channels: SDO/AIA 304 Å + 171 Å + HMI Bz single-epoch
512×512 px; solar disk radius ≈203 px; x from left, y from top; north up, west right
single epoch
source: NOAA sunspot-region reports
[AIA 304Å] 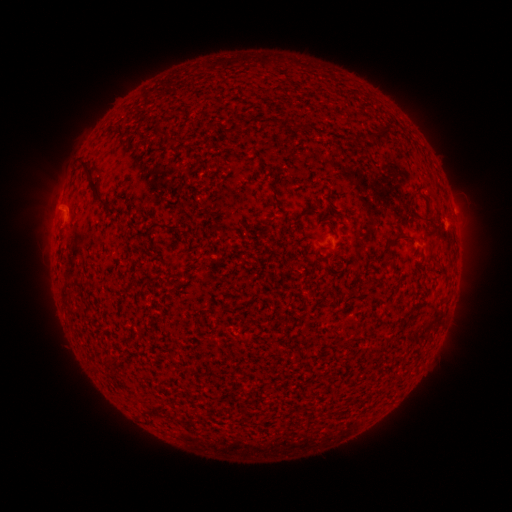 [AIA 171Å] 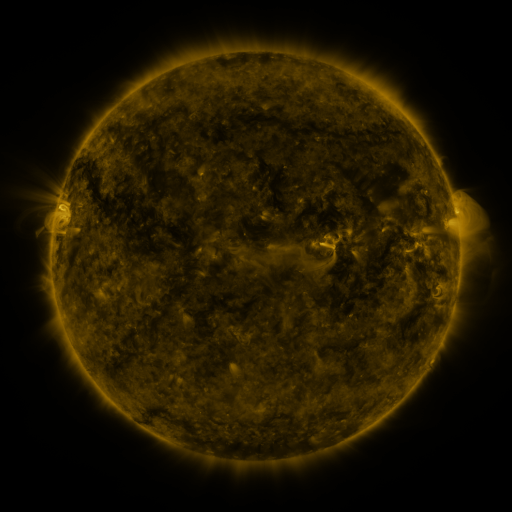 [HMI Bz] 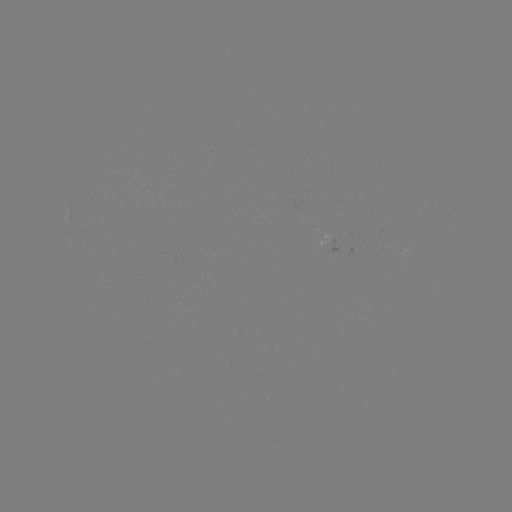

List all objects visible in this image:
(none)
